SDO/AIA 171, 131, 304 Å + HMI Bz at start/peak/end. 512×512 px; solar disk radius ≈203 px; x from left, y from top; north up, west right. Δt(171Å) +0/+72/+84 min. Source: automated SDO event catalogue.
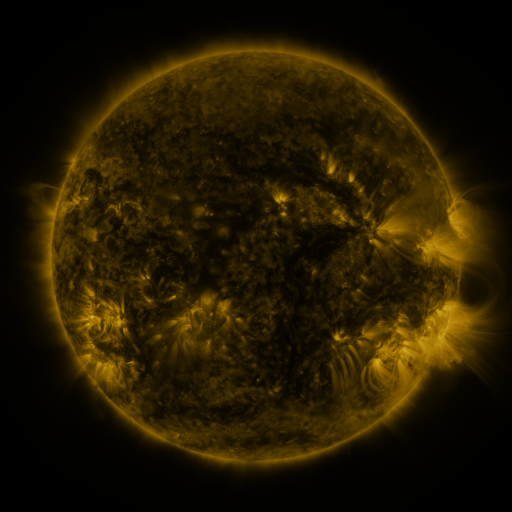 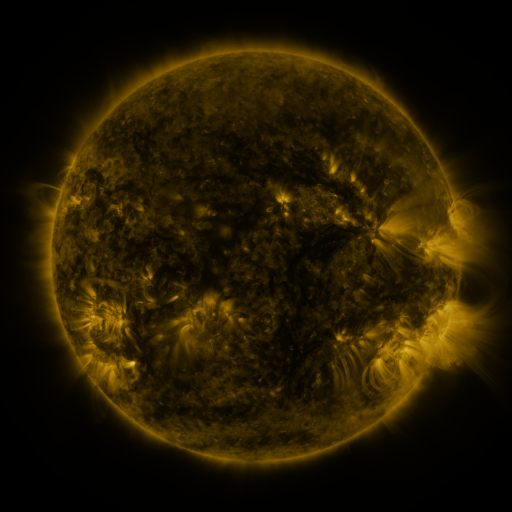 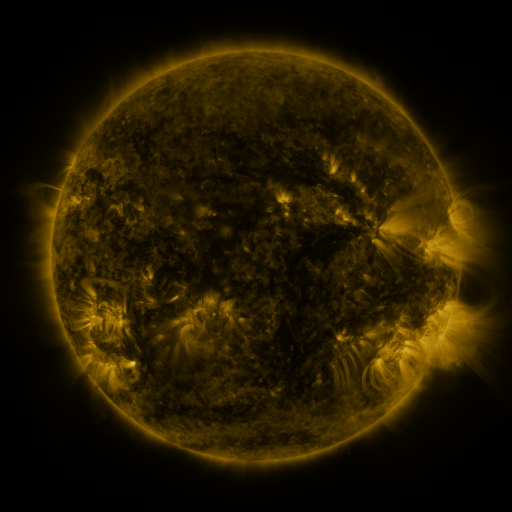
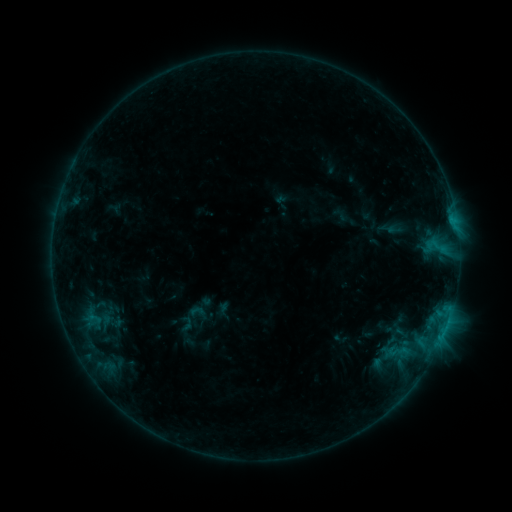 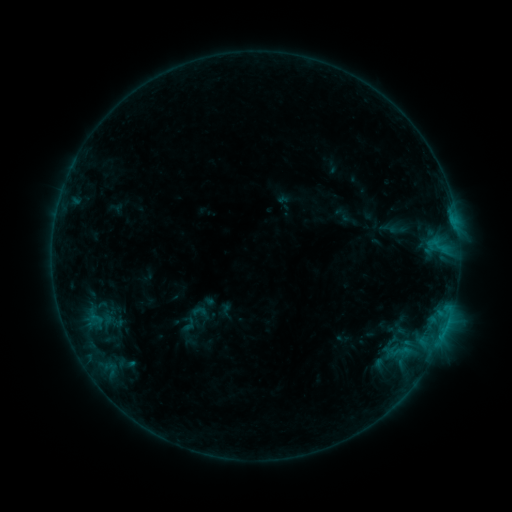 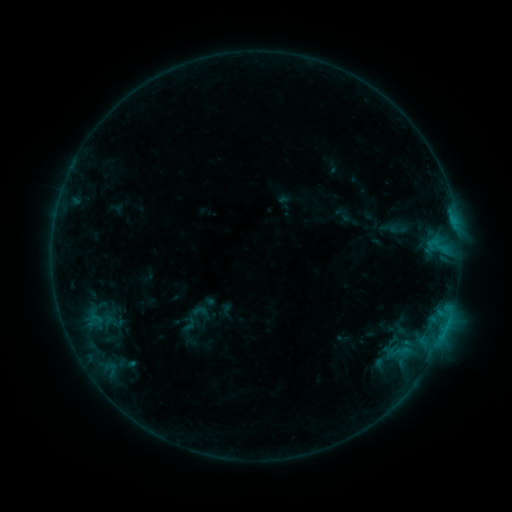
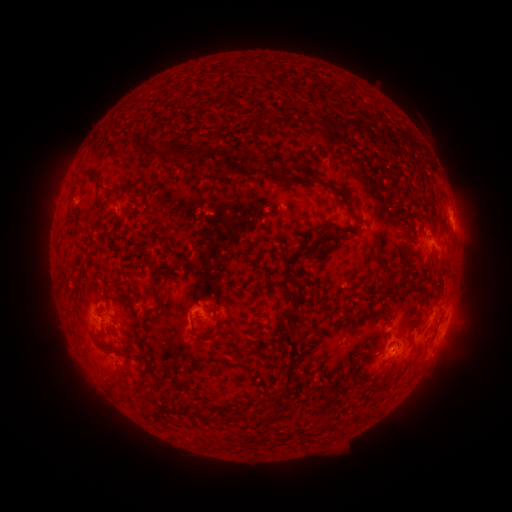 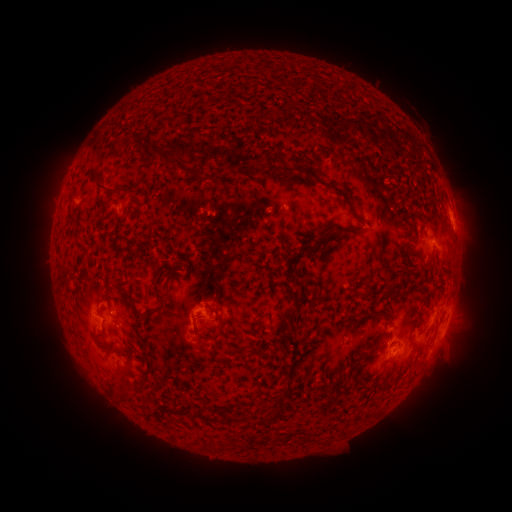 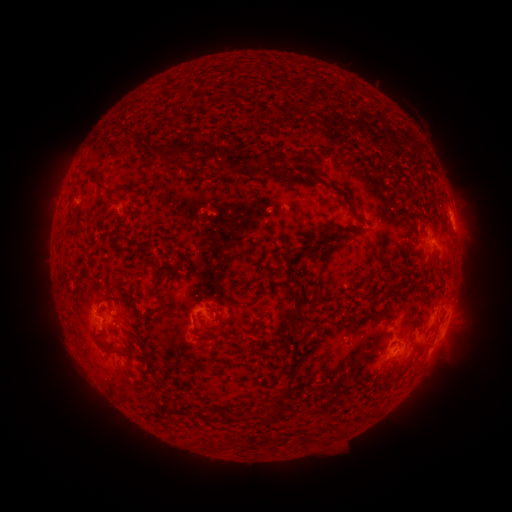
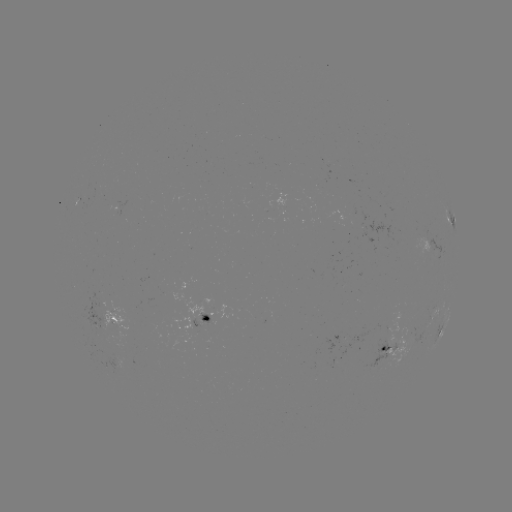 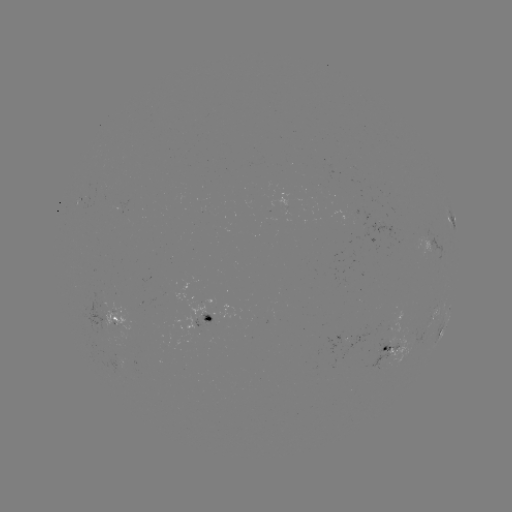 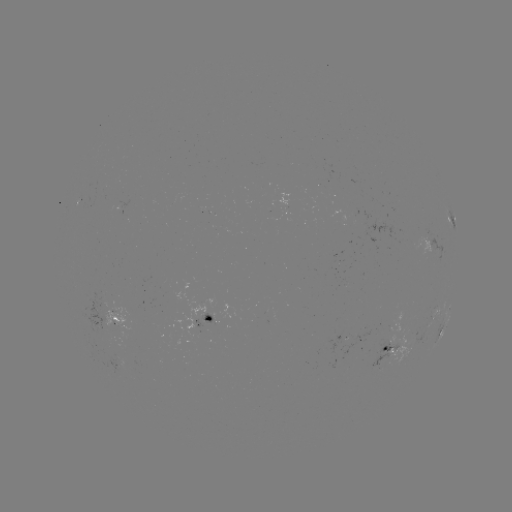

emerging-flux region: [360, 219, 389, 244]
